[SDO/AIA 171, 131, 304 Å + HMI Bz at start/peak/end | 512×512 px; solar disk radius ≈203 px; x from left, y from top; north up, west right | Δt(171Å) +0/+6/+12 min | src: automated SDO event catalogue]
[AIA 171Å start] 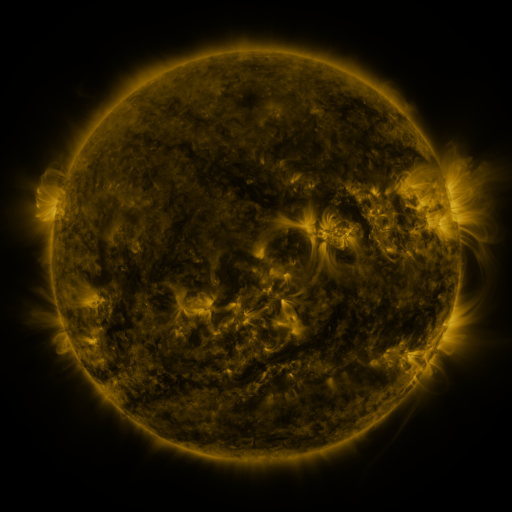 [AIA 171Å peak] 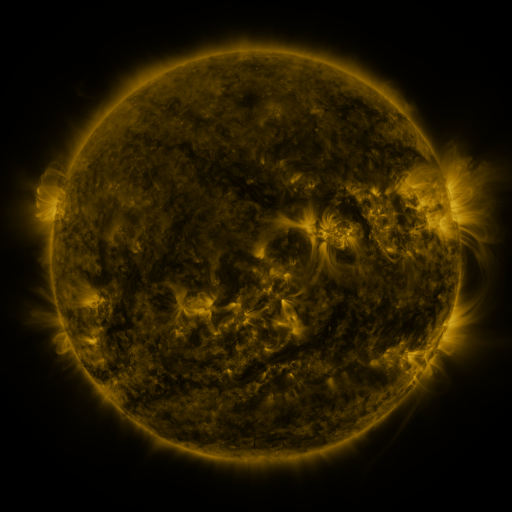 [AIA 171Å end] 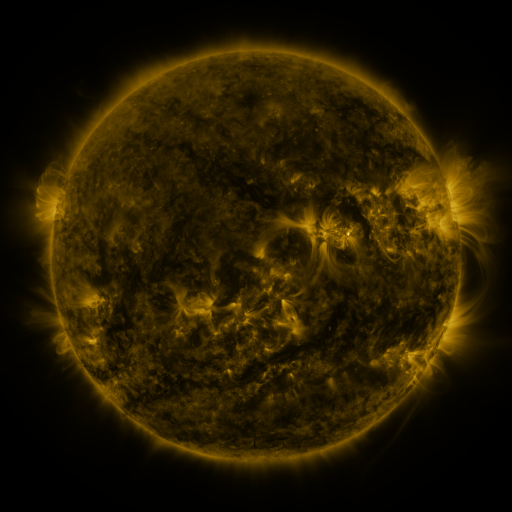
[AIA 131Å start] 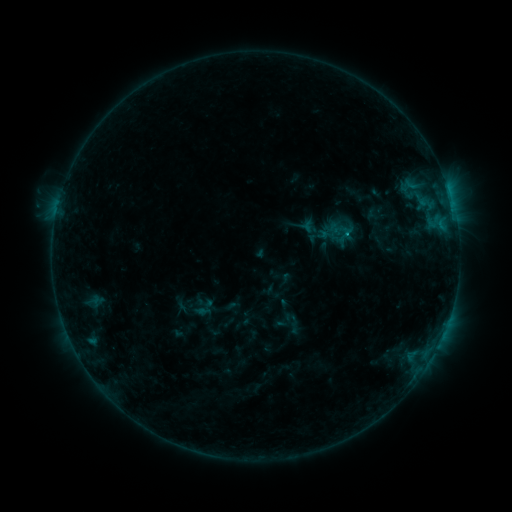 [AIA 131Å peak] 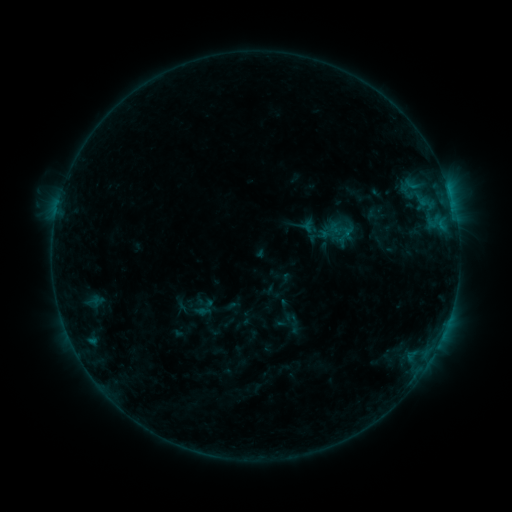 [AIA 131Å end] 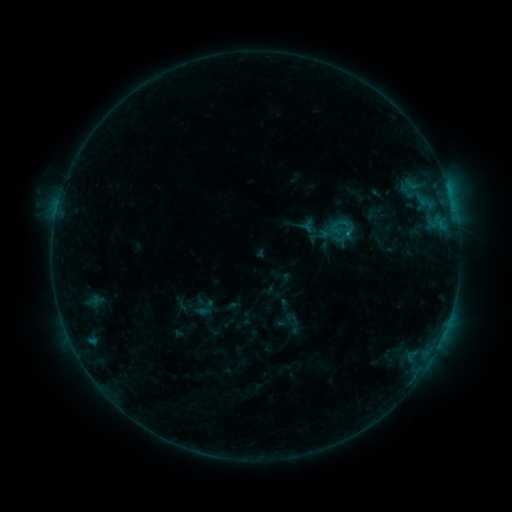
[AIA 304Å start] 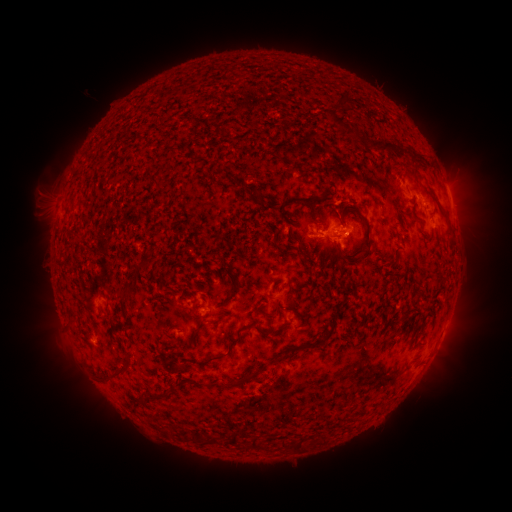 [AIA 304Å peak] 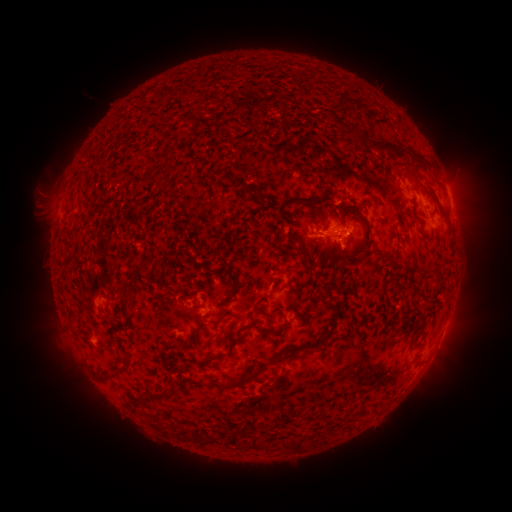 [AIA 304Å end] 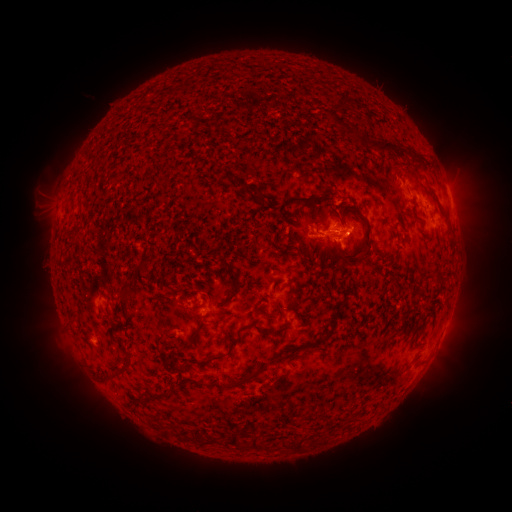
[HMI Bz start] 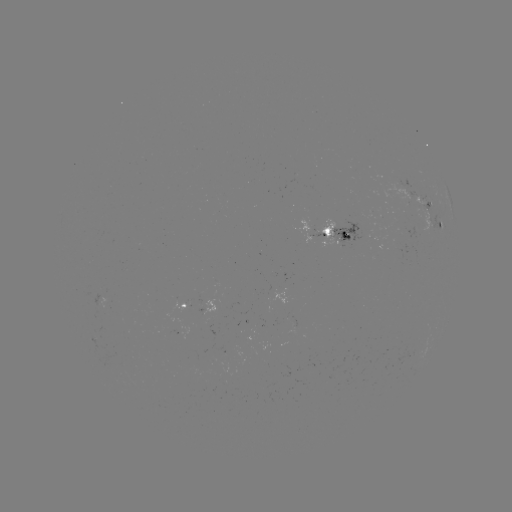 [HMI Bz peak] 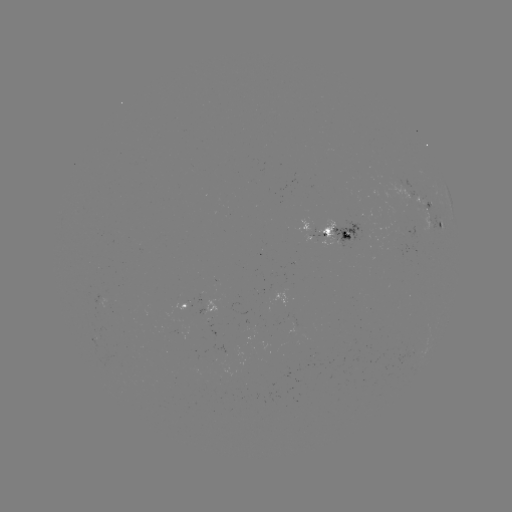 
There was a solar flare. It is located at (338, 240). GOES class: B7.6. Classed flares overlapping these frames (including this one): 1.